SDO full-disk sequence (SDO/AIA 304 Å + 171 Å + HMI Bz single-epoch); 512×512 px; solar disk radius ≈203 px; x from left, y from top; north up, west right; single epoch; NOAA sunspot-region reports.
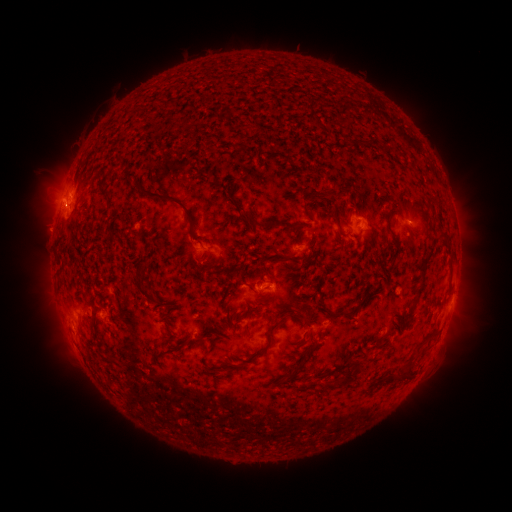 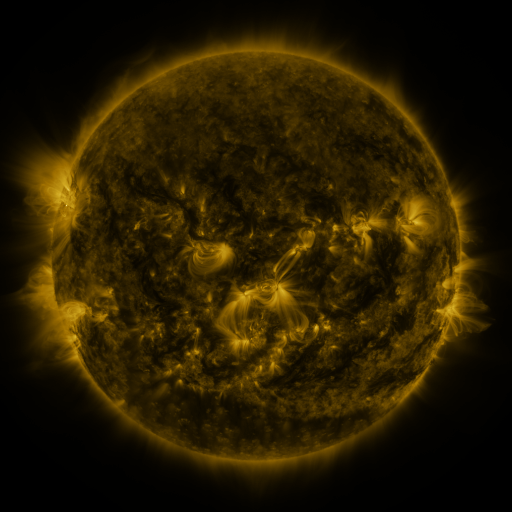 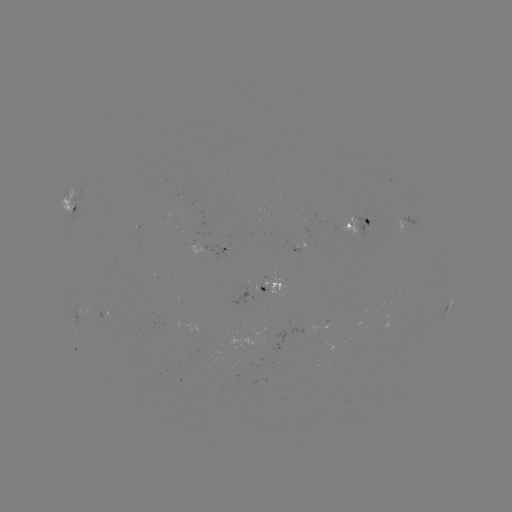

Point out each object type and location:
spotted active region: (76, 209)
spotted active region: (406, 222)
spotted active region: (358, 225)
spotted active region: (227, 252)
spotted active region: (277, 287)
spotted active region: (449, 304)
spotted active region: (322, 328)
